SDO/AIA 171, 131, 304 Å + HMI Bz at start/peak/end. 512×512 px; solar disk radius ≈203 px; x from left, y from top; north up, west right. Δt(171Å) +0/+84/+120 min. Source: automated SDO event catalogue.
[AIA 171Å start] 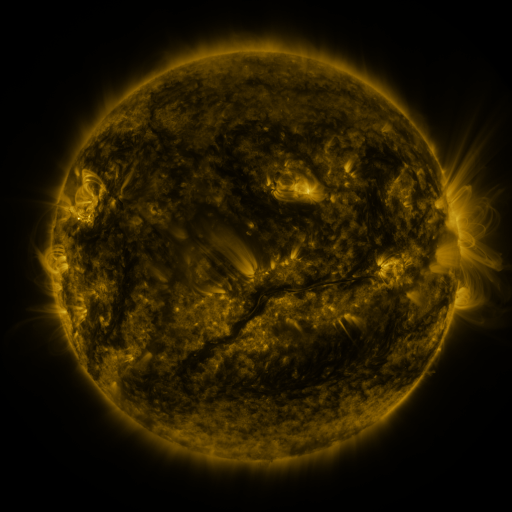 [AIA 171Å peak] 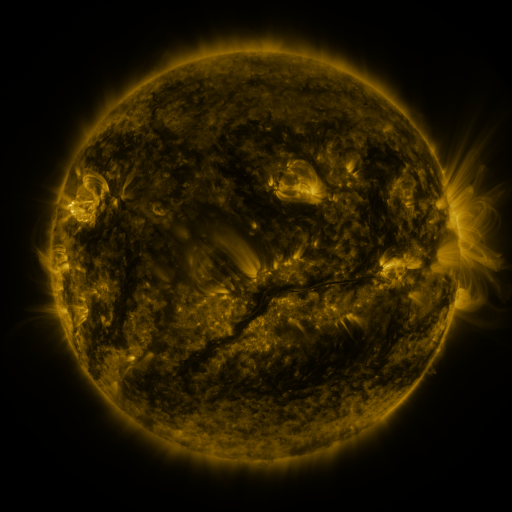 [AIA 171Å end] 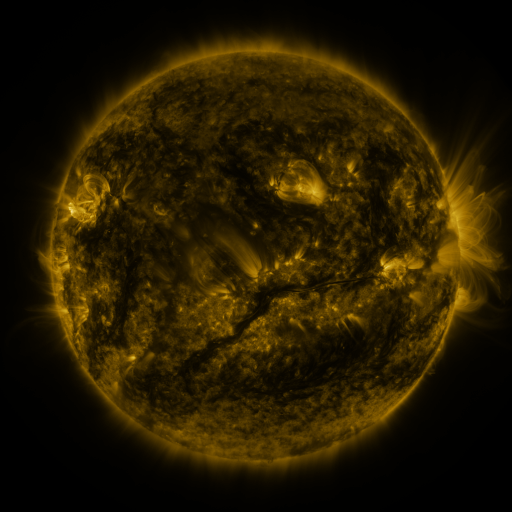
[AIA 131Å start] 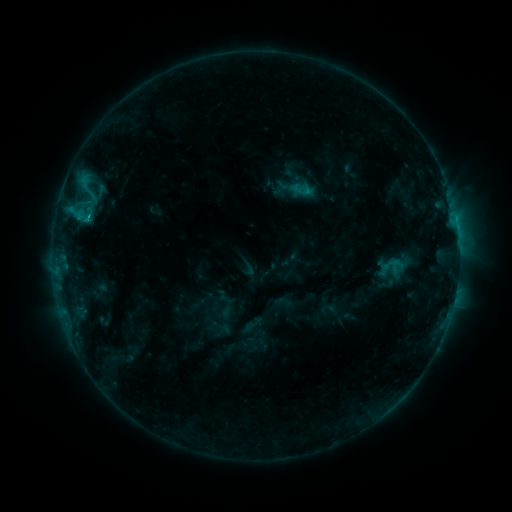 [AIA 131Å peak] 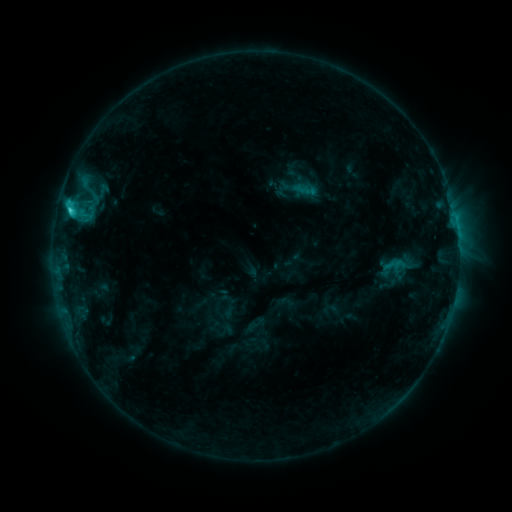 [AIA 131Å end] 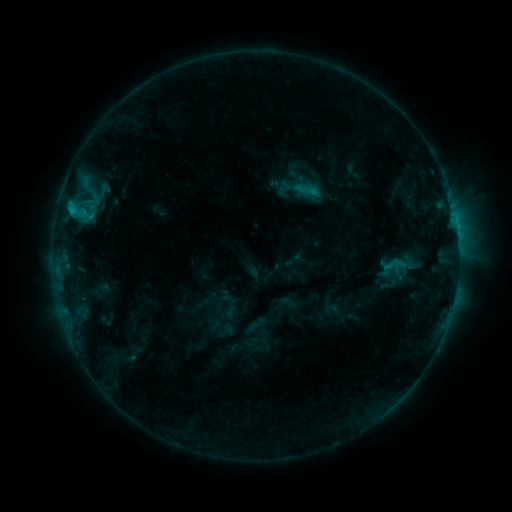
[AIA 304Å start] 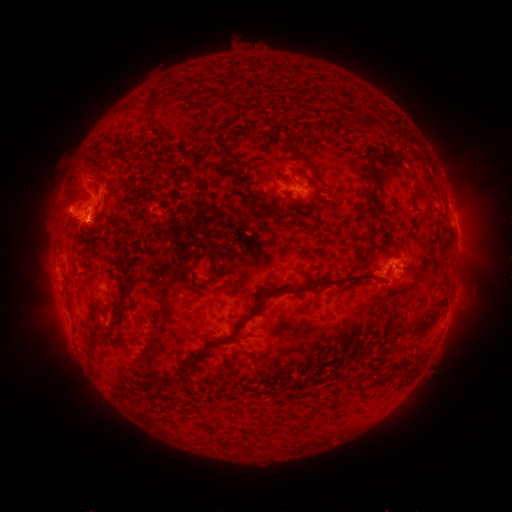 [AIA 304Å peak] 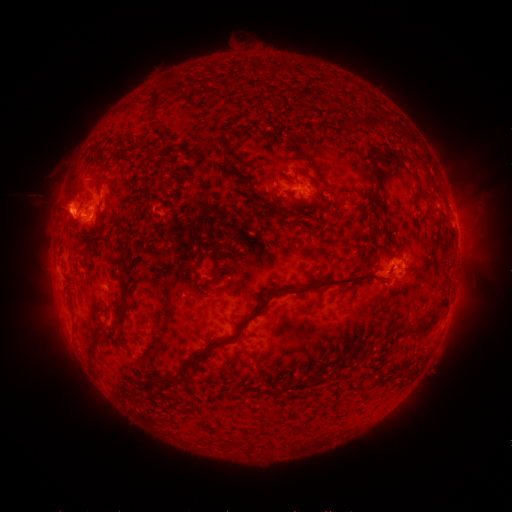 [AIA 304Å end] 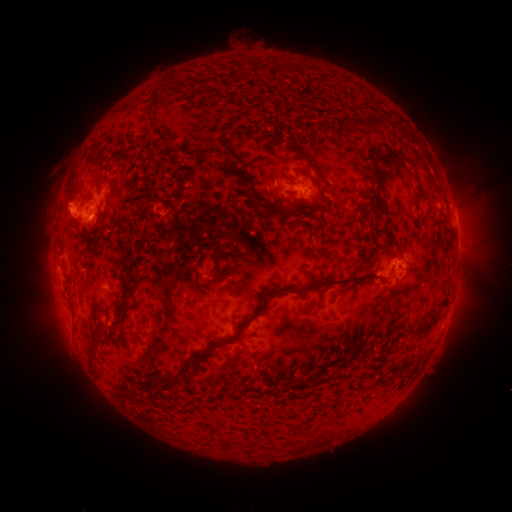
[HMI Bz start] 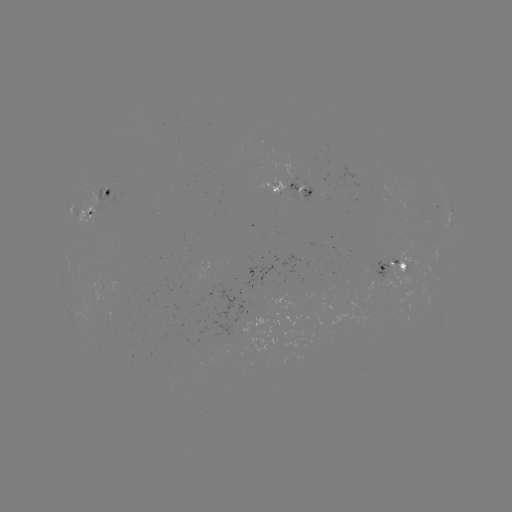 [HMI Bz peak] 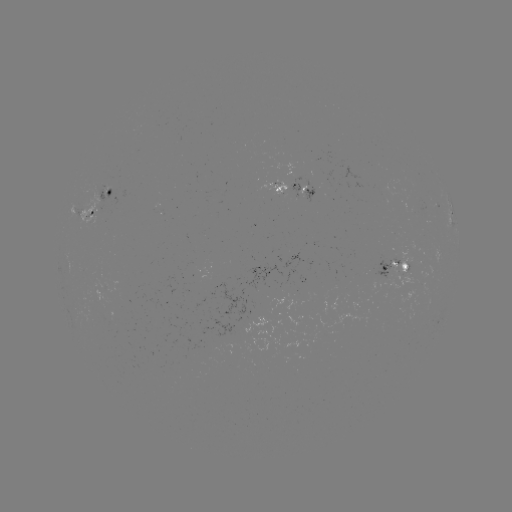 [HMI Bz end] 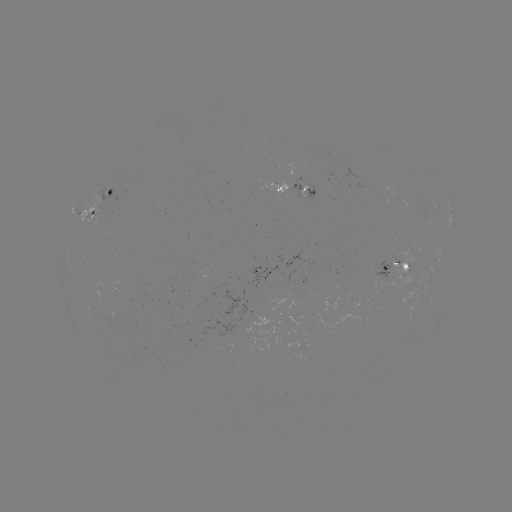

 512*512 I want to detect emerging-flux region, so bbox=[254, 181, 288, 196].